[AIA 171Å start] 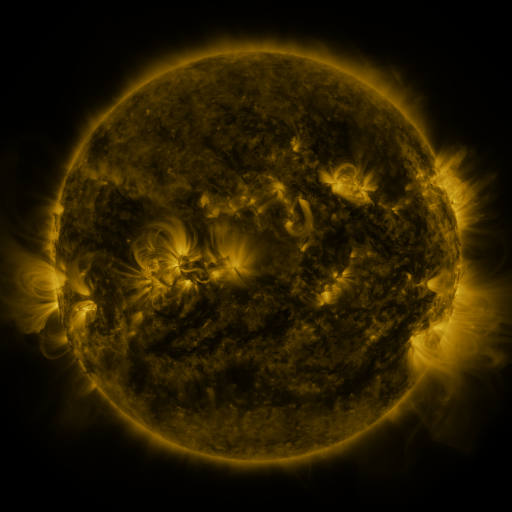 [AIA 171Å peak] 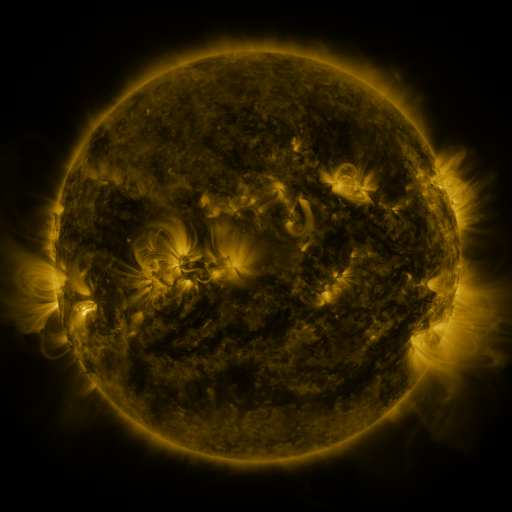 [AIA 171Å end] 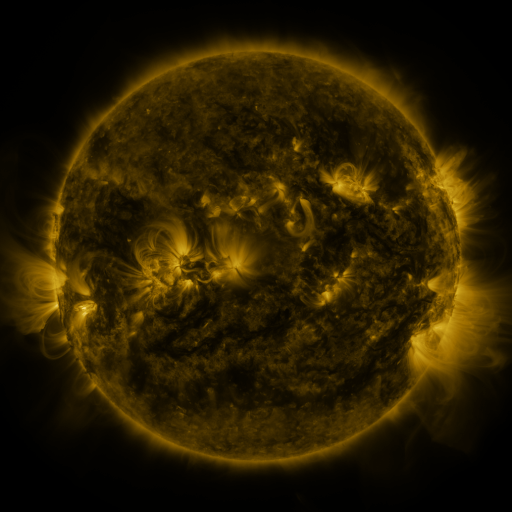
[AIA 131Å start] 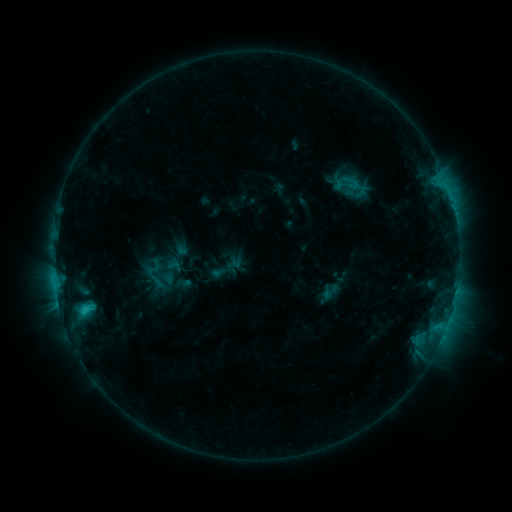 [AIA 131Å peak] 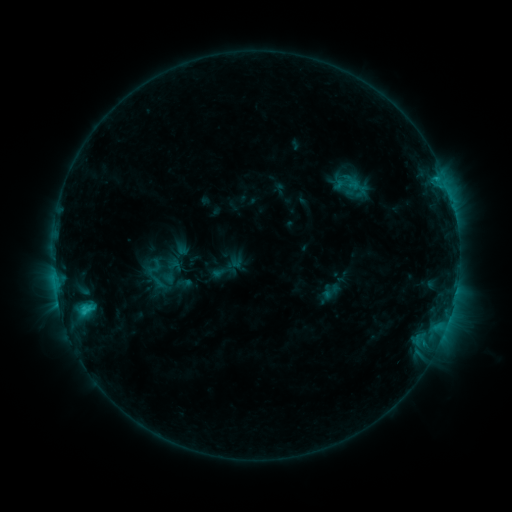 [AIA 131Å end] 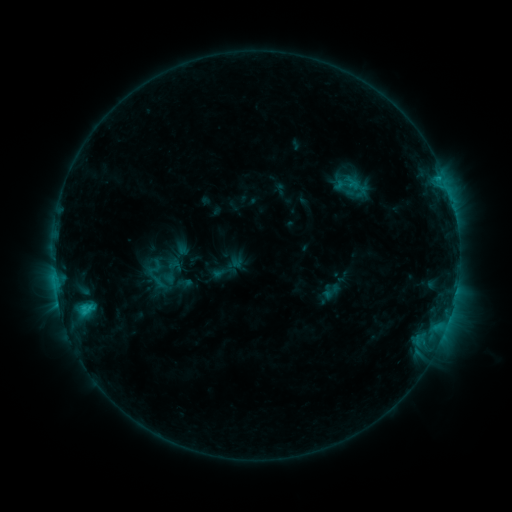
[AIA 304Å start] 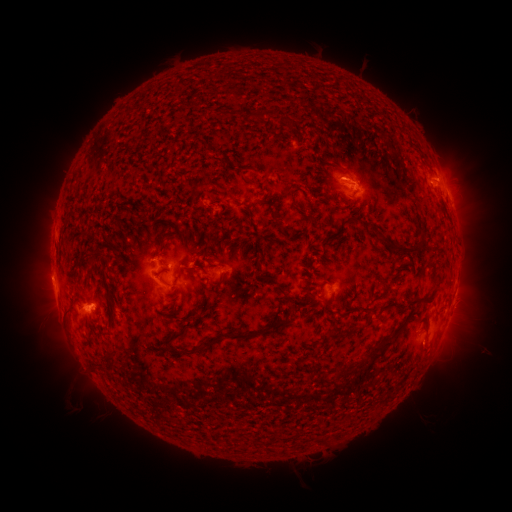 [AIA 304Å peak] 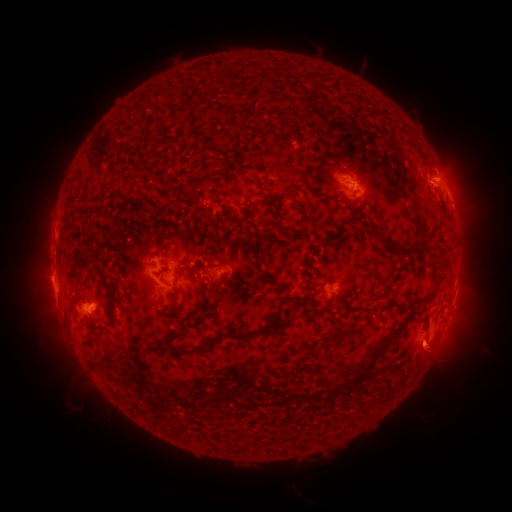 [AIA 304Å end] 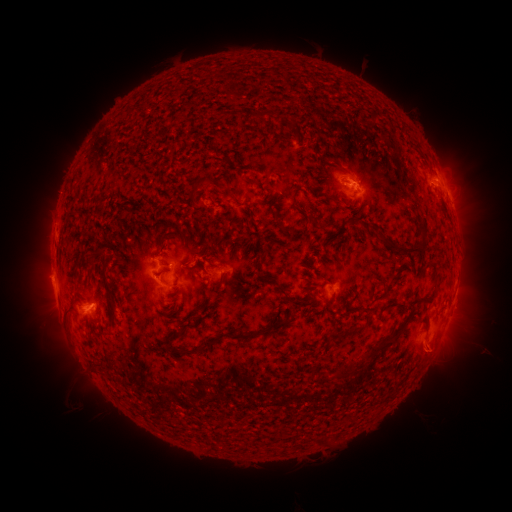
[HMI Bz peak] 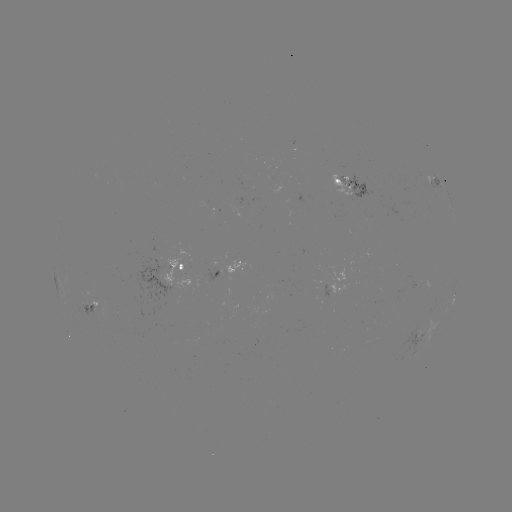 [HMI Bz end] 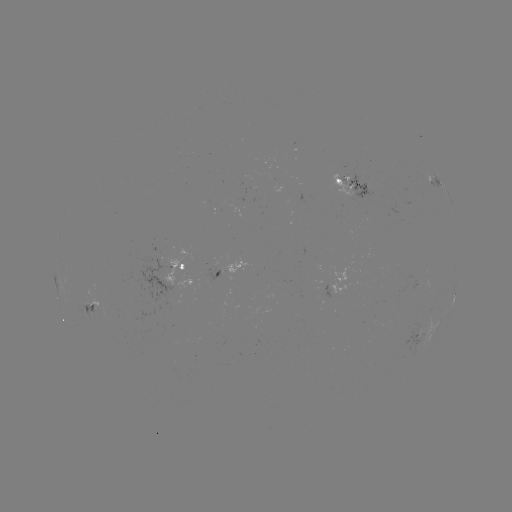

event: eruption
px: (435, 357)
